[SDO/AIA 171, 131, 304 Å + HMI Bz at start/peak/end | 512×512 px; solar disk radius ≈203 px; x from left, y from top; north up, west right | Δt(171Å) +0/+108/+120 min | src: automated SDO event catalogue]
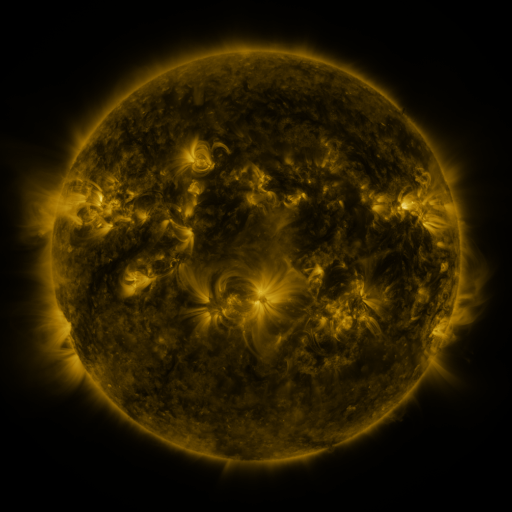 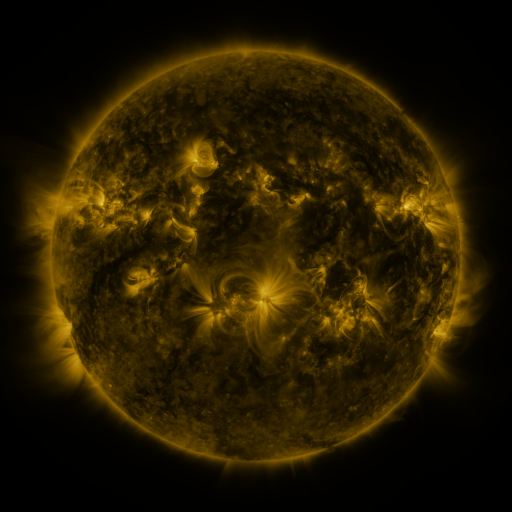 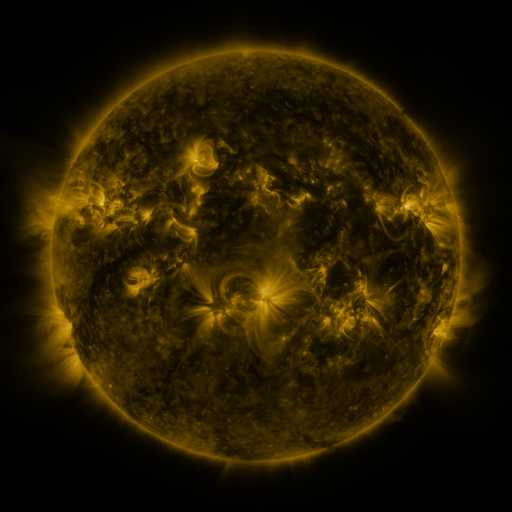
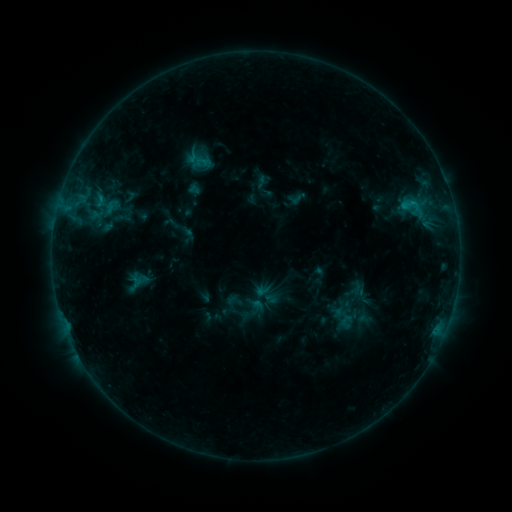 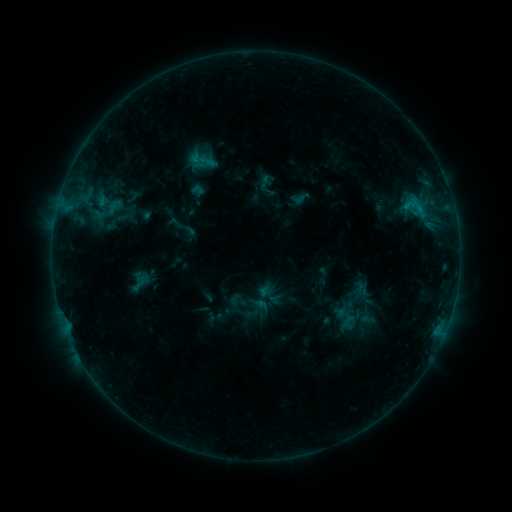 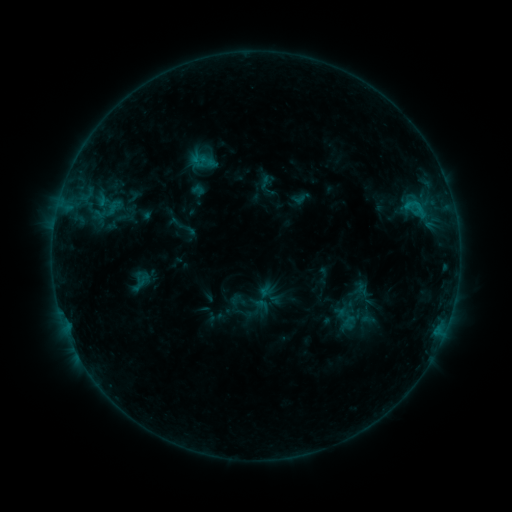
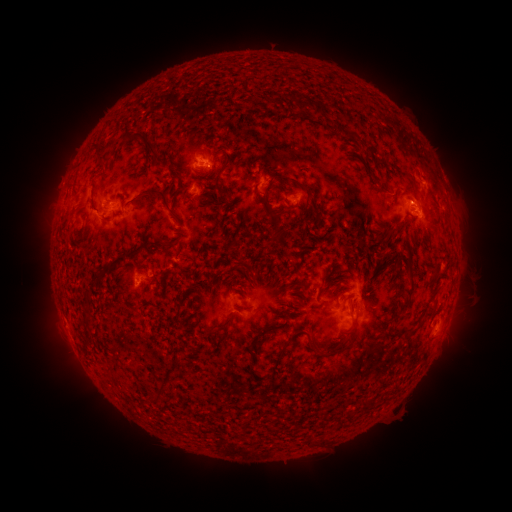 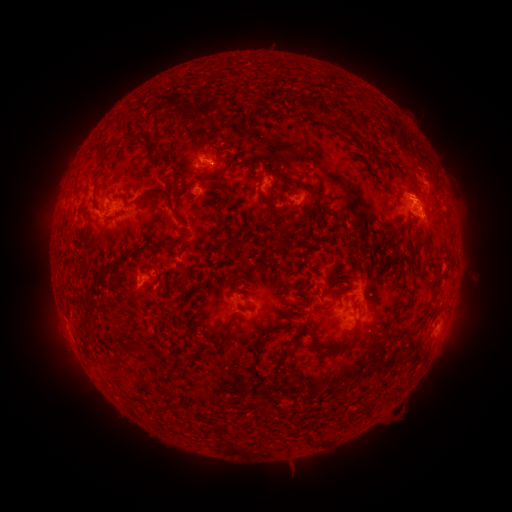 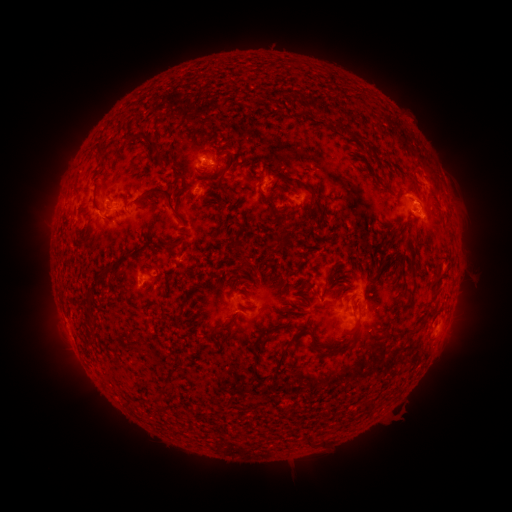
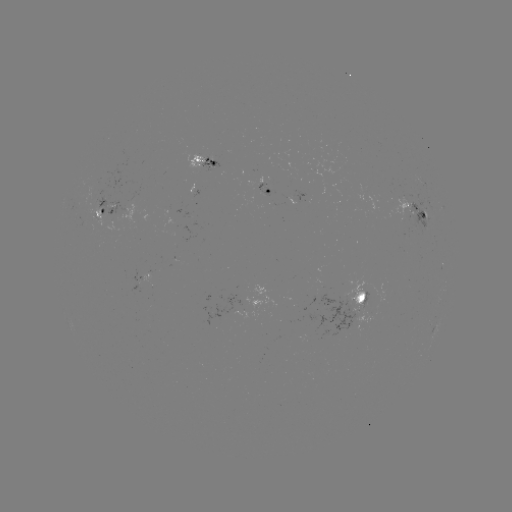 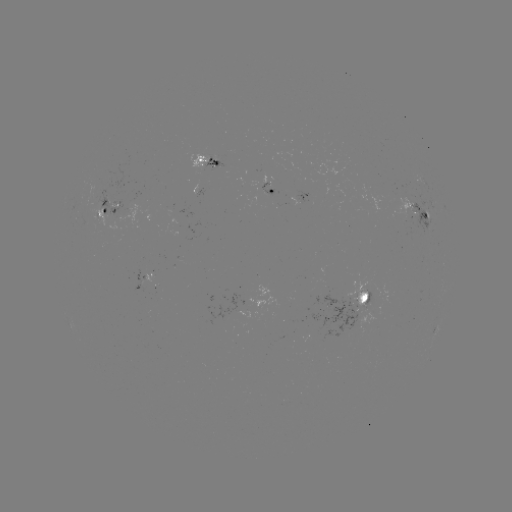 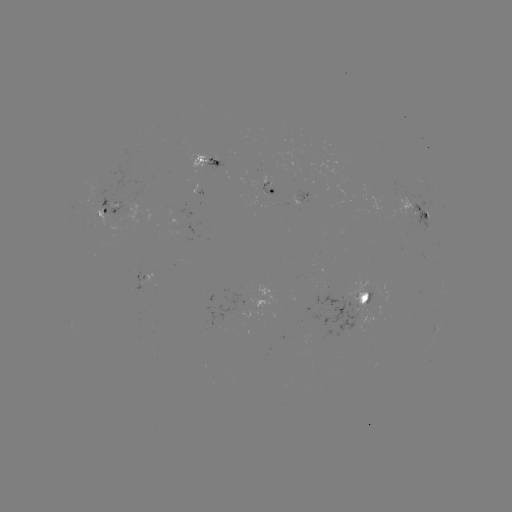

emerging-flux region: <bbox>346, 277, 369, 307</bbox>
